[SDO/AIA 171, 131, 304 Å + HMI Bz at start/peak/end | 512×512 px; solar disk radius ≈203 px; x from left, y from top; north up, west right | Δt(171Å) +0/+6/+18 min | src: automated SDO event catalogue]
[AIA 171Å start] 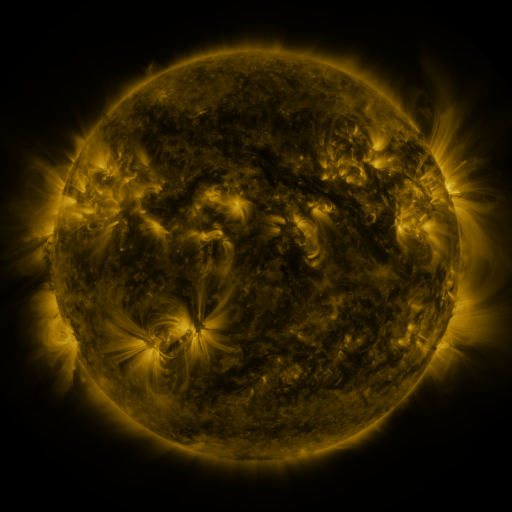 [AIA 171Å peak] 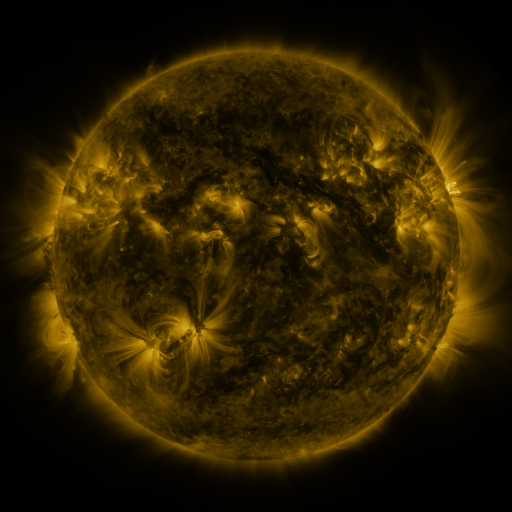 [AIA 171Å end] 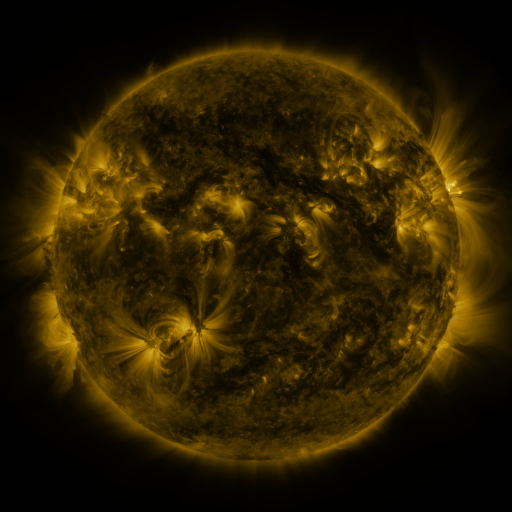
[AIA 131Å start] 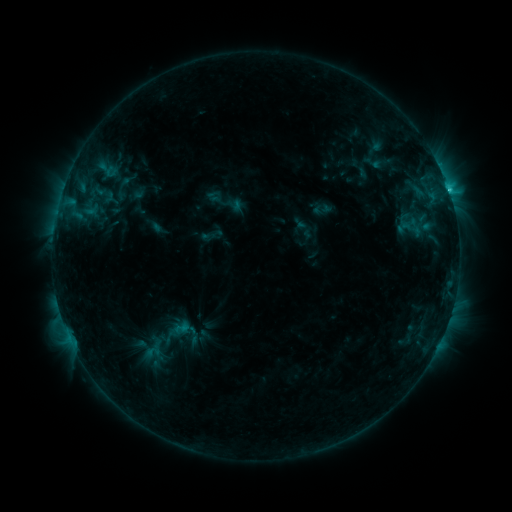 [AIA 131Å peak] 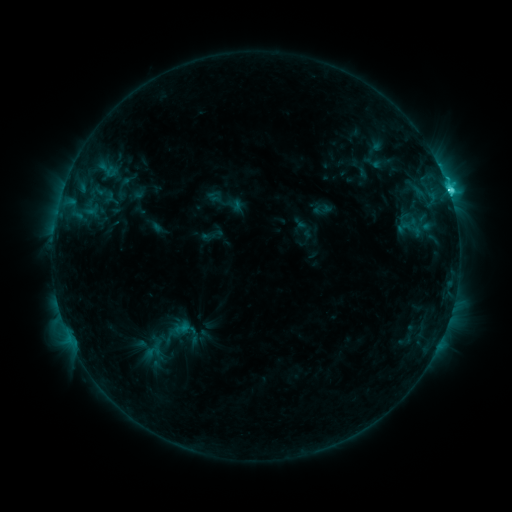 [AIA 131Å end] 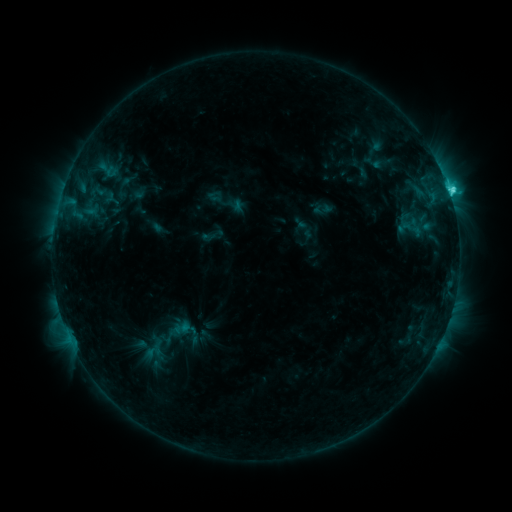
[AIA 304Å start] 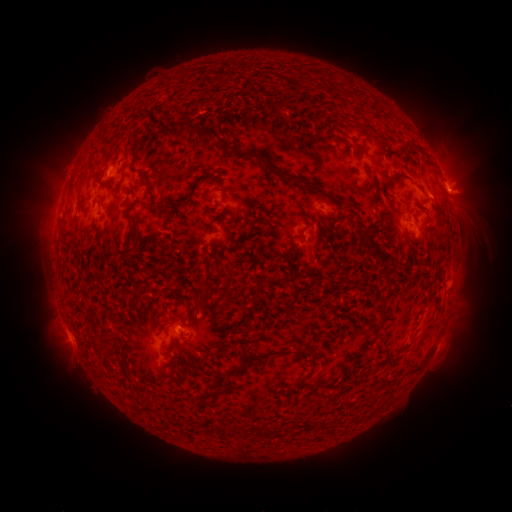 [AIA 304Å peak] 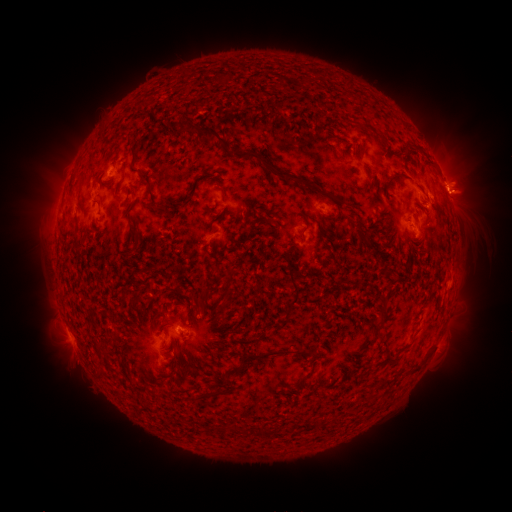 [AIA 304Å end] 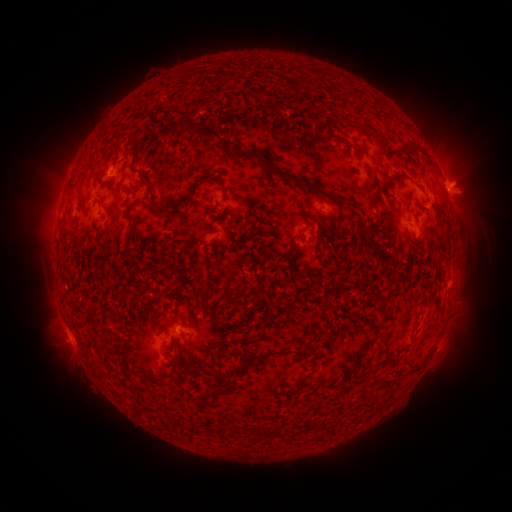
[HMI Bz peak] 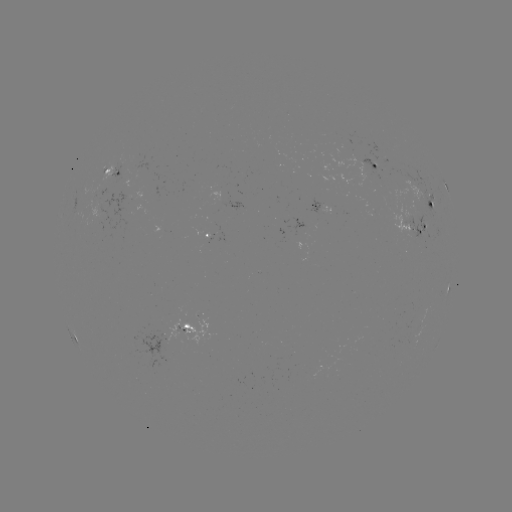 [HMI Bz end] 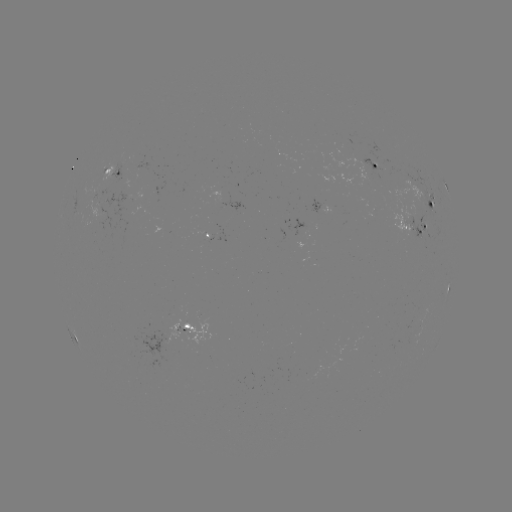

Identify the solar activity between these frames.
C4.0 flare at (449, 193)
